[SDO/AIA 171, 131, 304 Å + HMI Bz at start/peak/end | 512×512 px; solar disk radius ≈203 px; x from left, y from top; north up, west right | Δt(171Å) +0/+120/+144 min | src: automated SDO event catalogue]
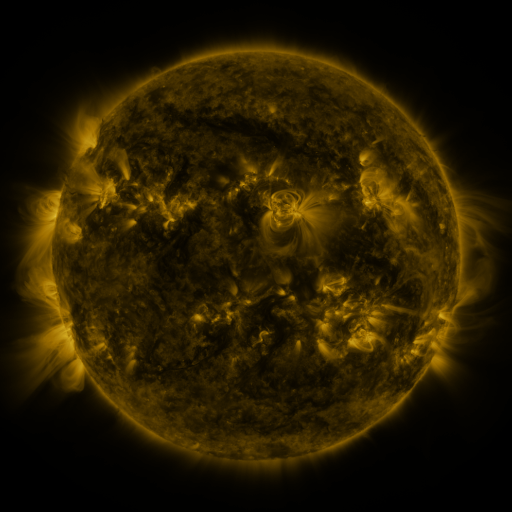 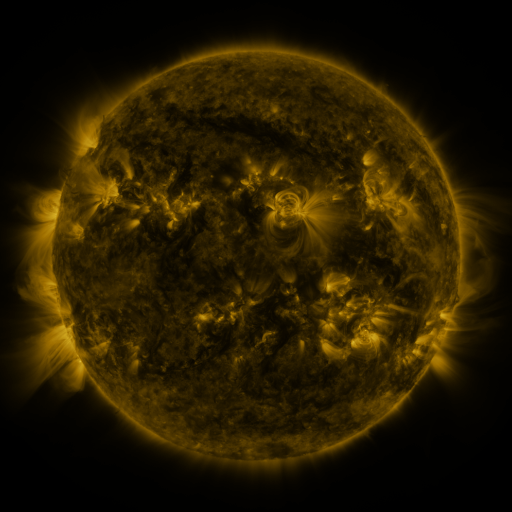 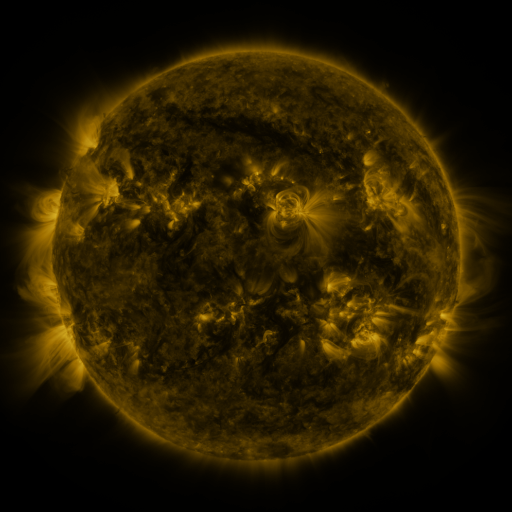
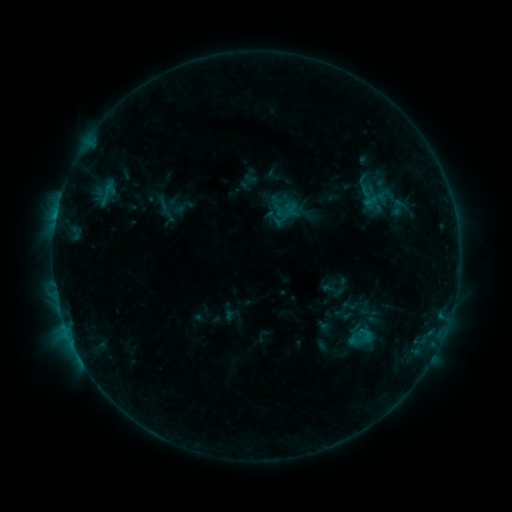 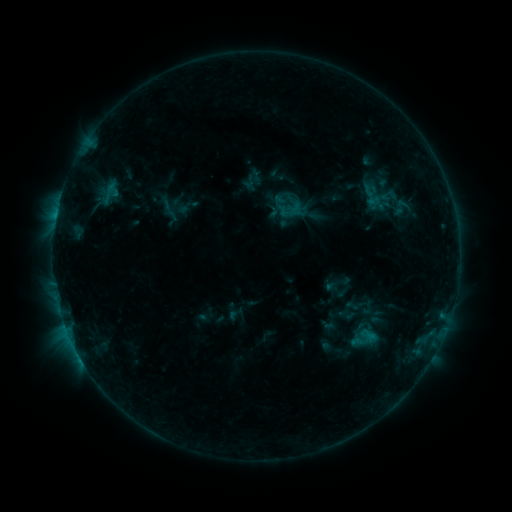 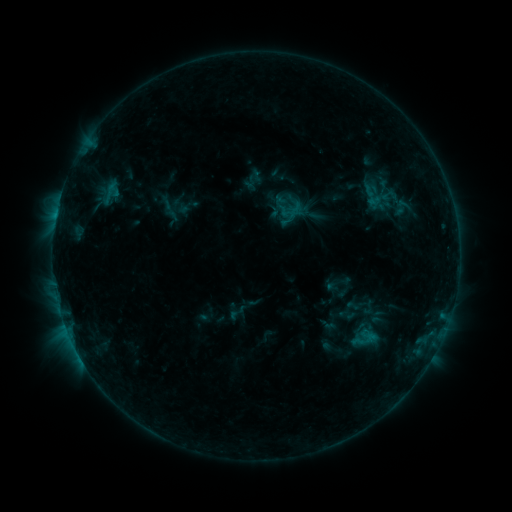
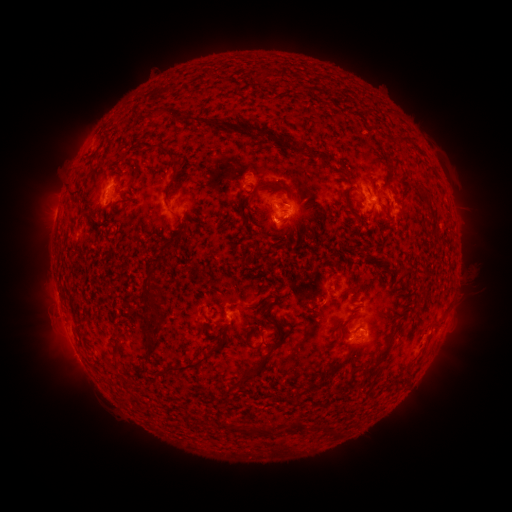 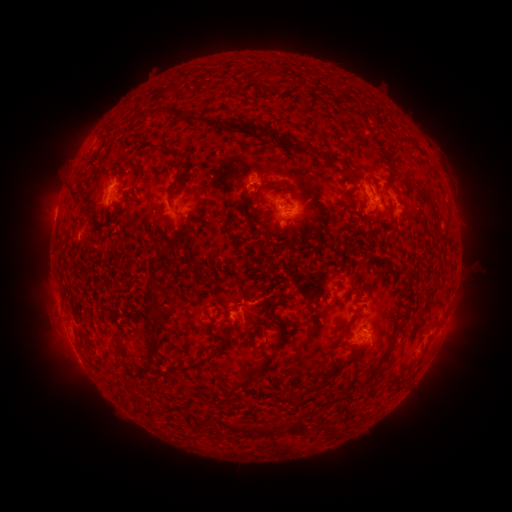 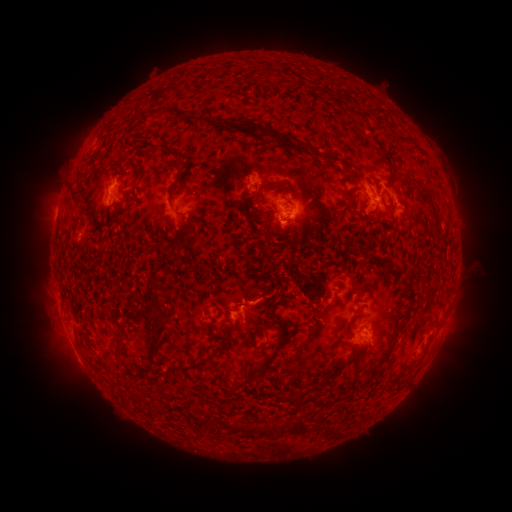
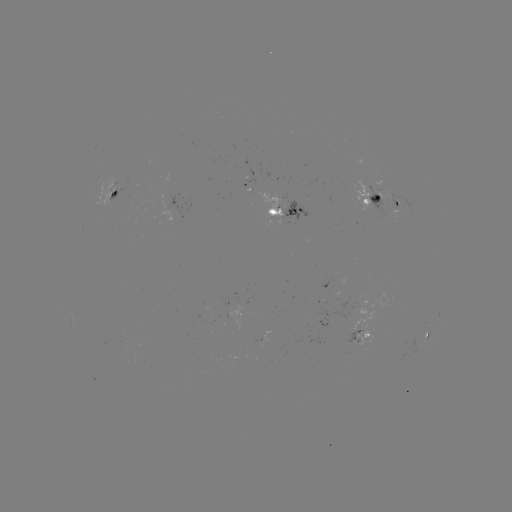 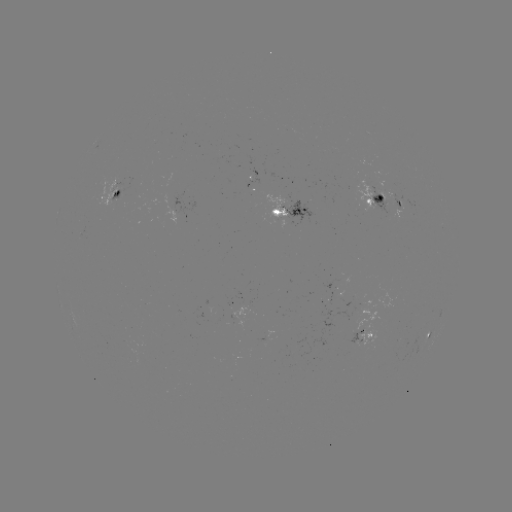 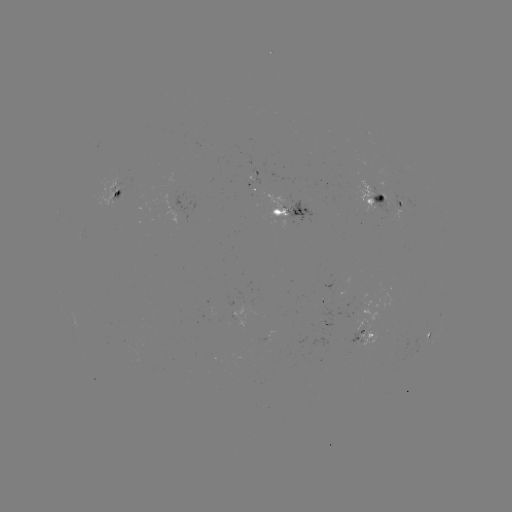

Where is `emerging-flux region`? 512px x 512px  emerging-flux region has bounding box [348, 179, 380, 214].